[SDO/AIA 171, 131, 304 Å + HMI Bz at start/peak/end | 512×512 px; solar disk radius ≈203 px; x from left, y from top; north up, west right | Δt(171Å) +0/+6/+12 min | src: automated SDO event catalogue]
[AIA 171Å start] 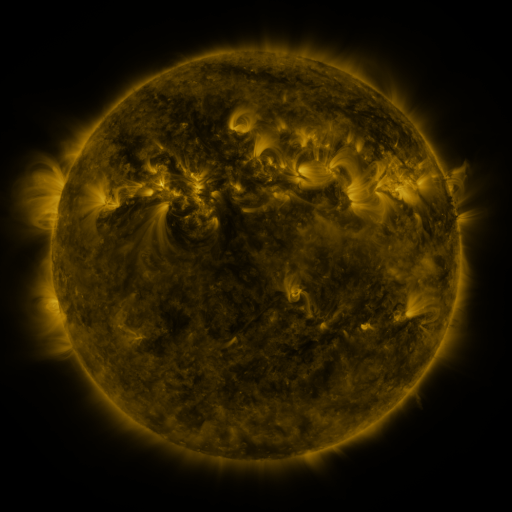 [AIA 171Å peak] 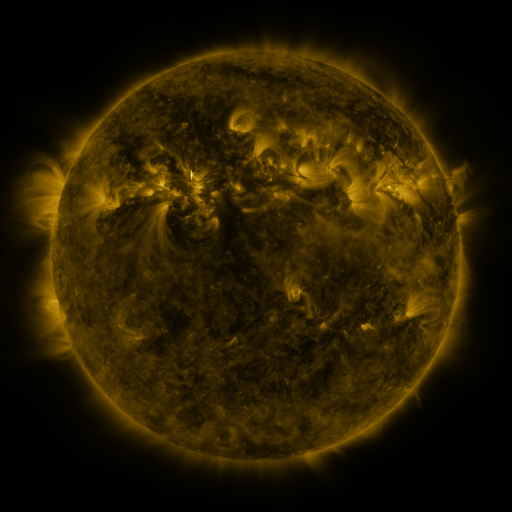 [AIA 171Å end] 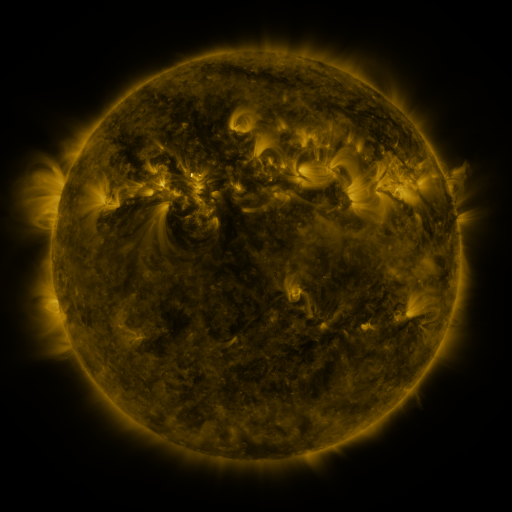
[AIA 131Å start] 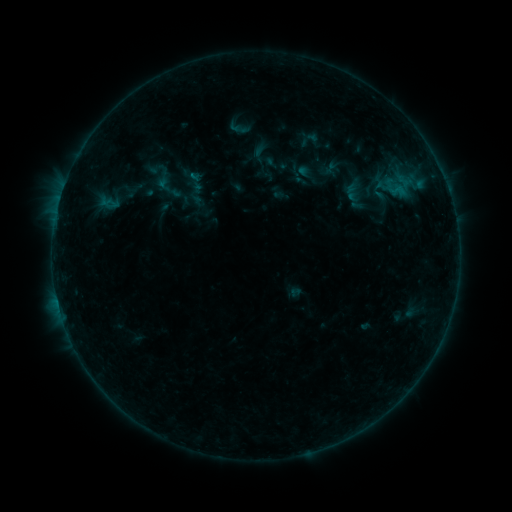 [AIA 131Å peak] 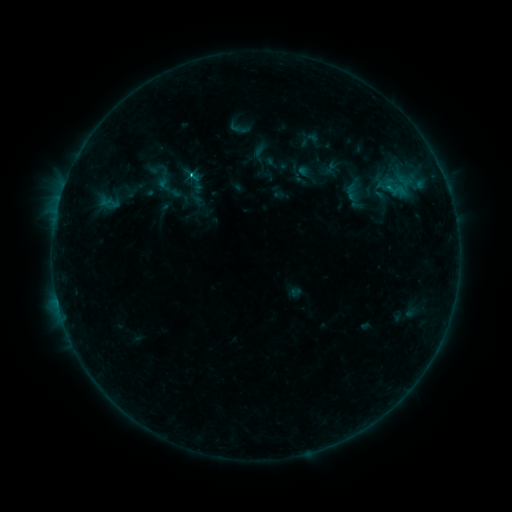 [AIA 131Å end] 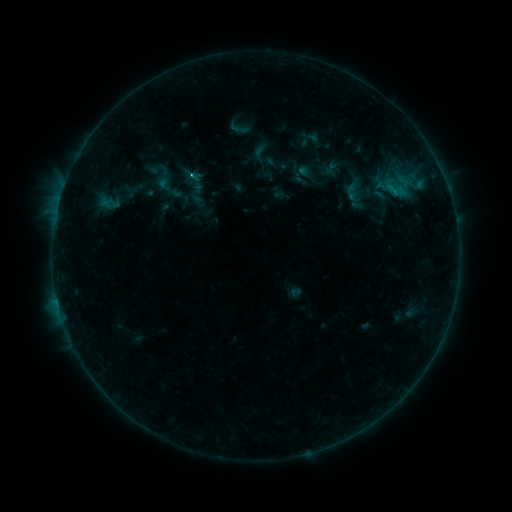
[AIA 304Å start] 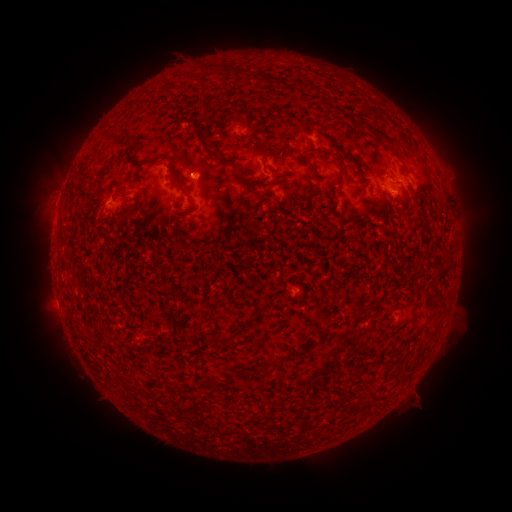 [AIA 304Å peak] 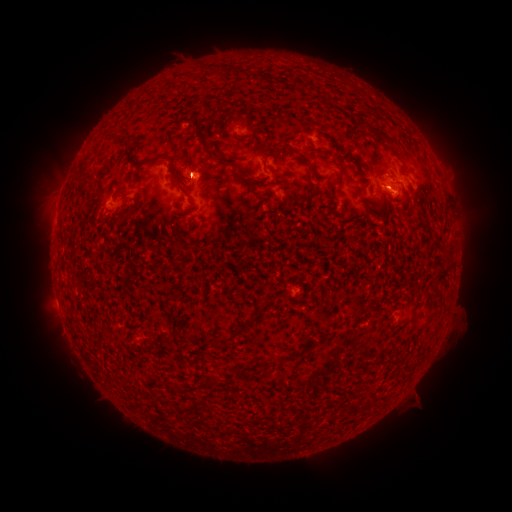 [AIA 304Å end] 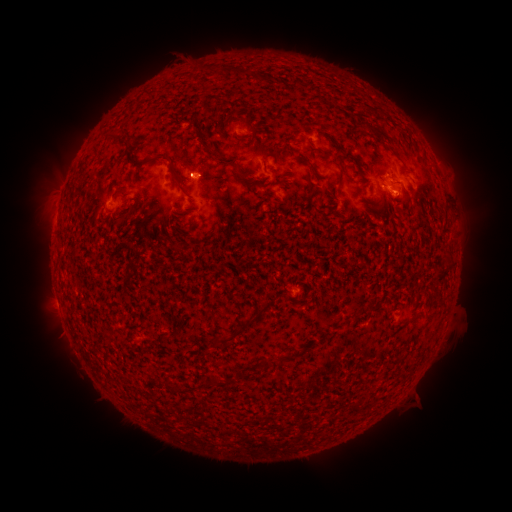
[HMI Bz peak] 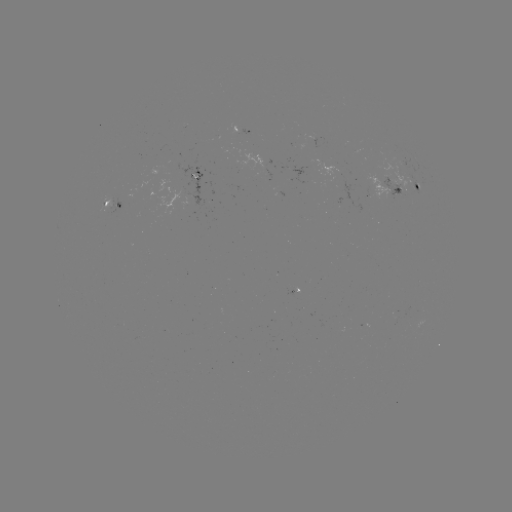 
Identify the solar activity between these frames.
C1.4 flare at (190, 175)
